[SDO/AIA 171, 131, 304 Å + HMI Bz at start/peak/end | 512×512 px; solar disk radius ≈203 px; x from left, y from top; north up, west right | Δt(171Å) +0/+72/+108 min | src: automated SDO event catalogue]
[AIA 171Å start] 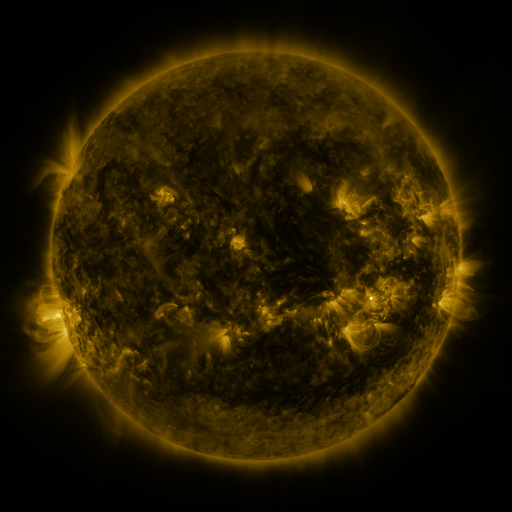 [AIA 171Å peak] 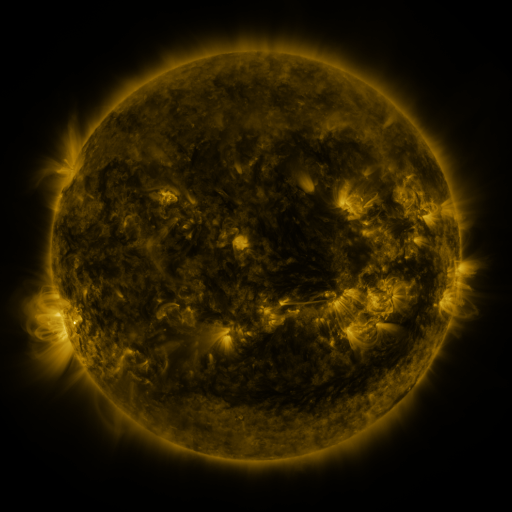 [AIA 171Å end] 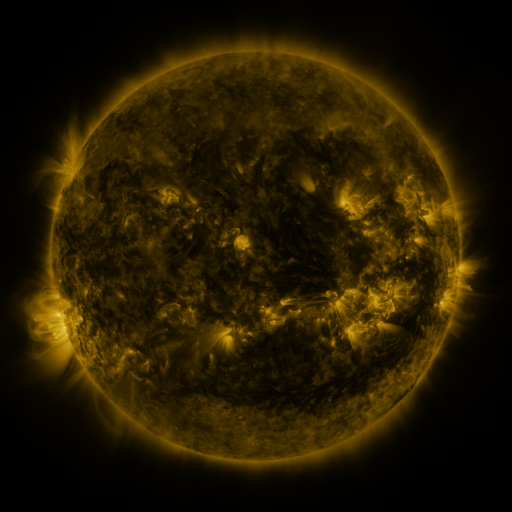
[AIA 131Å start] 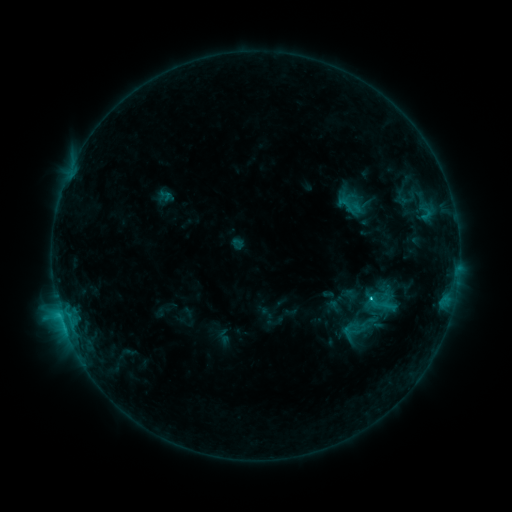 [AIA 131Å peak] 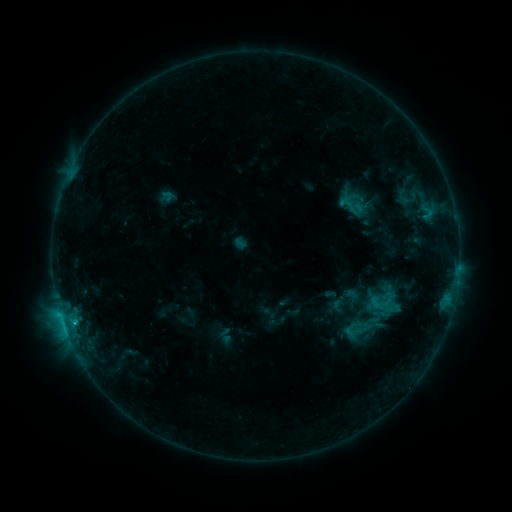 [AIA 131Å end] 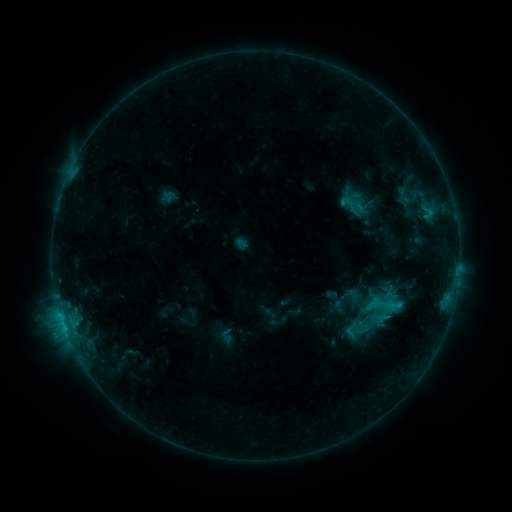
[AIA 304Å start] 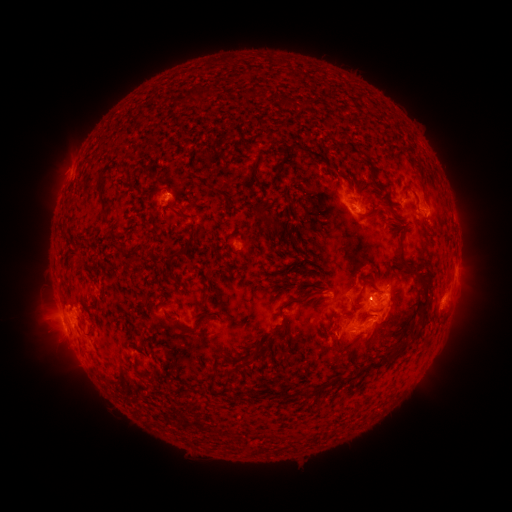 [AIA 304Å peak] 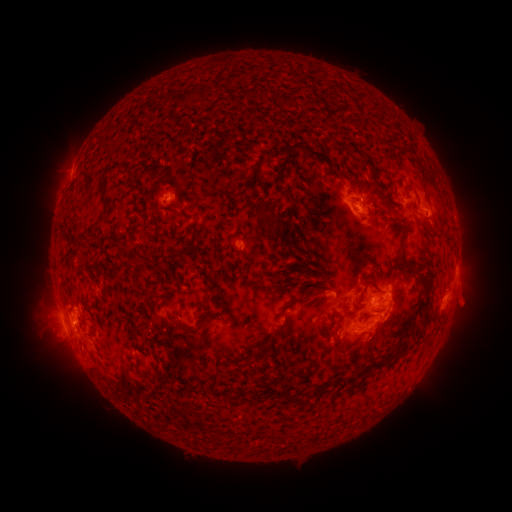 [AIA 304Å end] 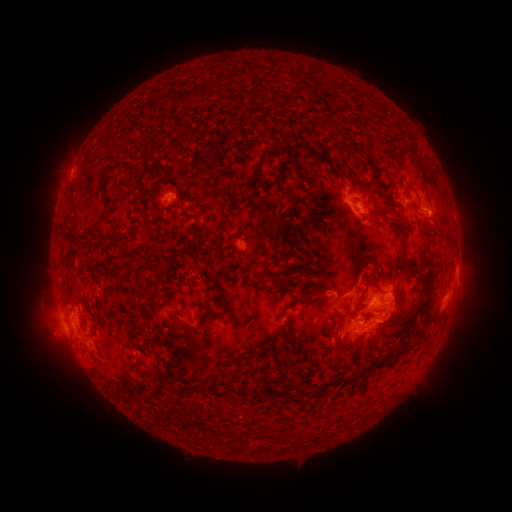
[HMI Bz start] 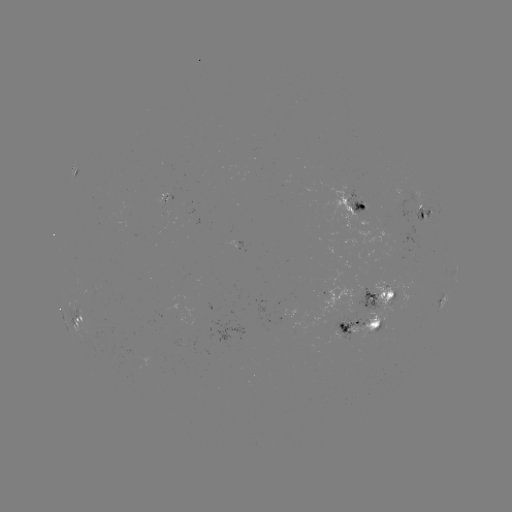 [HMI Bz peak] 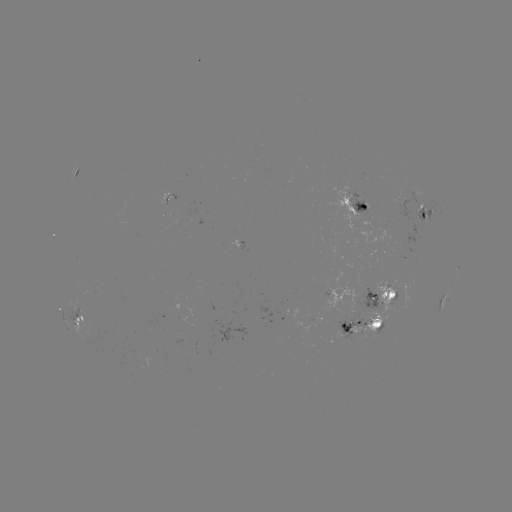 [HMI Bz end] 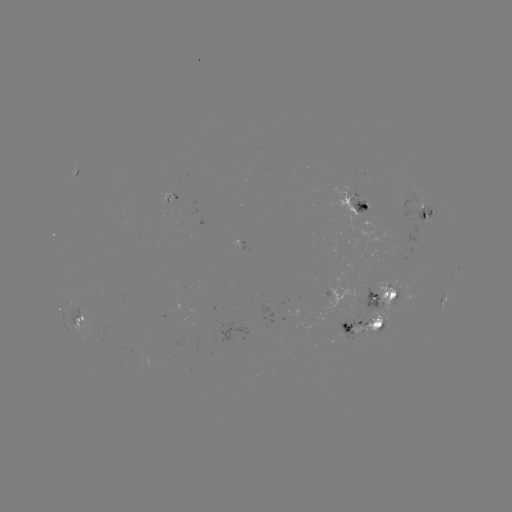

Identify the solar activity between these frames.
emerging-flux region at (361, 201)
